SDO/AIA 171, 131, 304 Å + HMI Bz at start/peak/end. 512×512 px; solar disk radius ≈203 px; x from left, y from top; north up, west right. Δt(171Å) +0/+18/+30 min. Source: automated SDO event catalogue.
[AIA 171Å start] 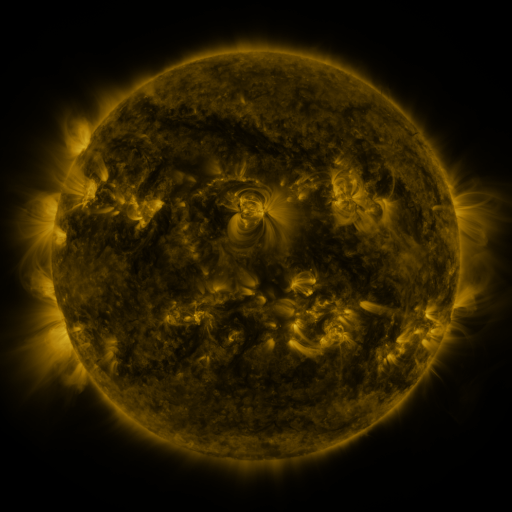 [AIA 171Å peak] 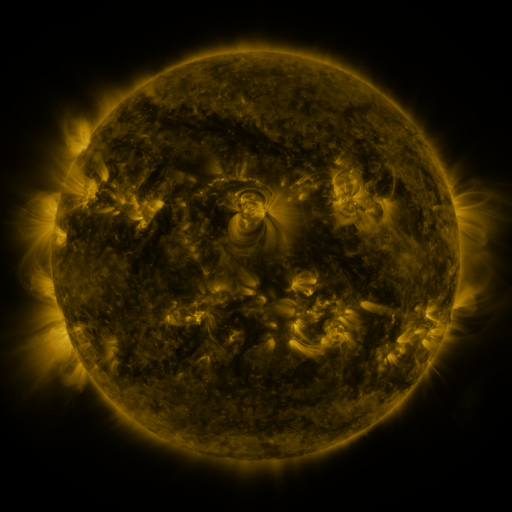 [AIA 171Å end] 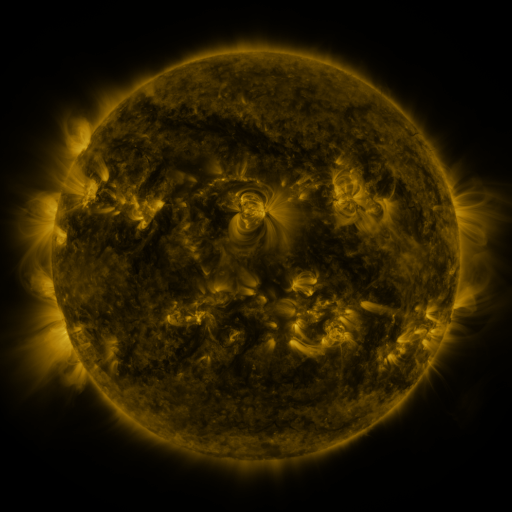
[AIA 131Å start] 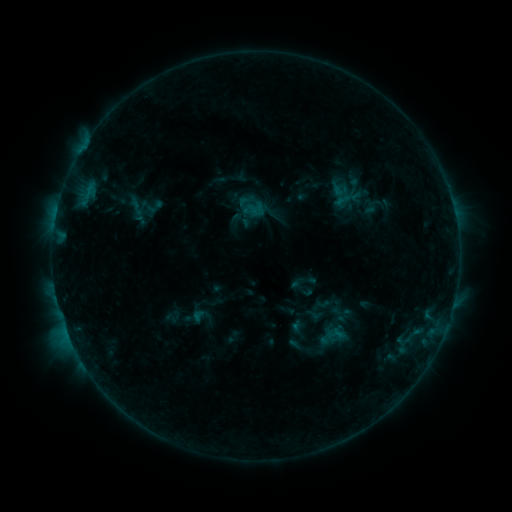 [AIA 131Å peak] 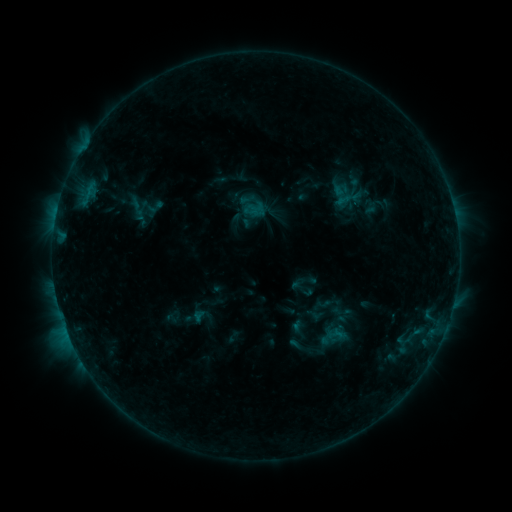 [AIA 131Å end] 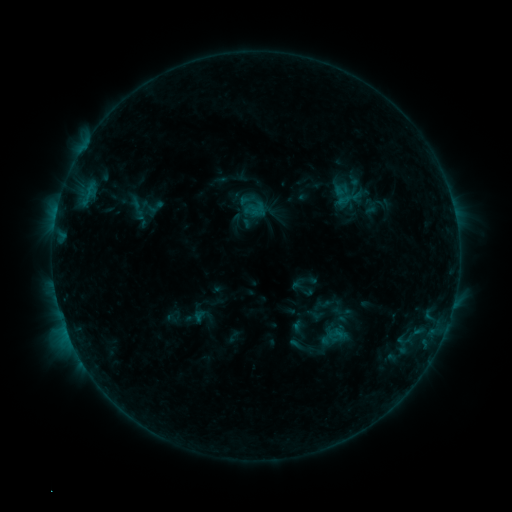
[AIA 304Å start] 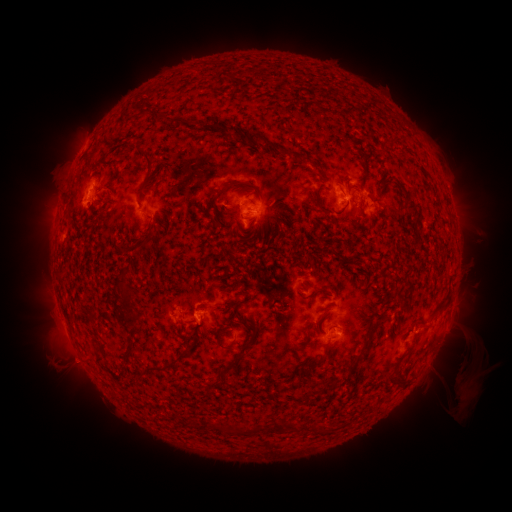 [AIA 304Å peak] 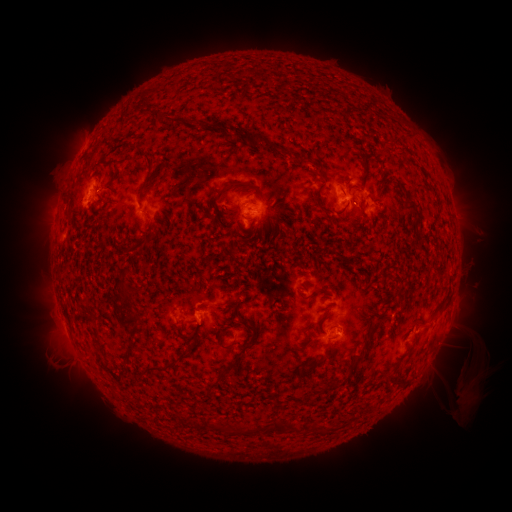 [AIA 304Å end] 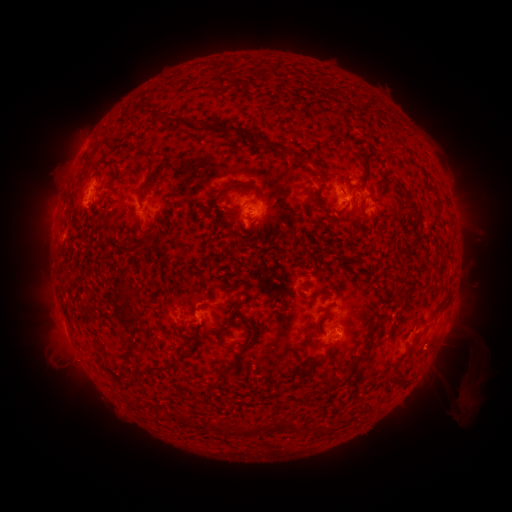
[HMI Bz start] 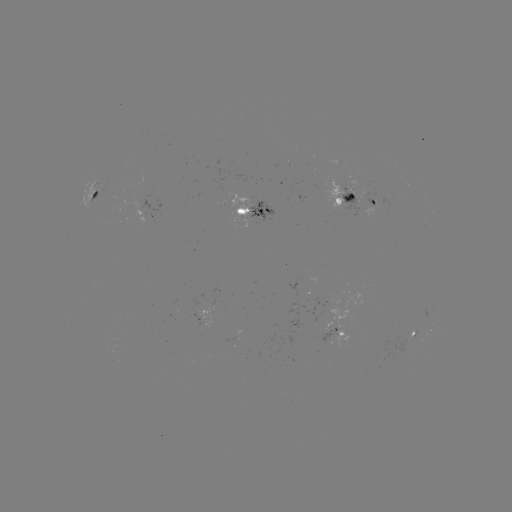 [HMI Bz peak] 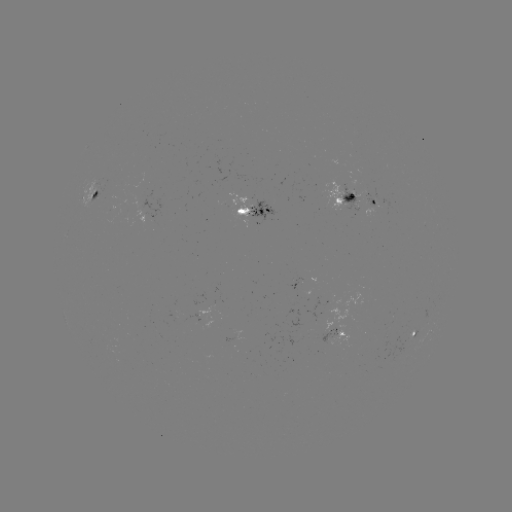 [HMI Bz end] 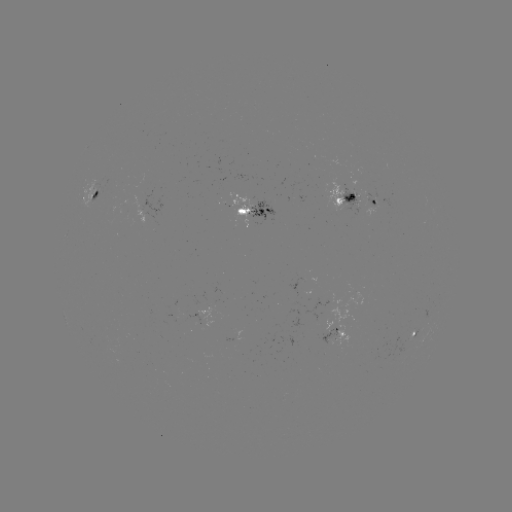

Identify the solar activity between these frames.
no catalogued flare and no flagged EUV brightening in this window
